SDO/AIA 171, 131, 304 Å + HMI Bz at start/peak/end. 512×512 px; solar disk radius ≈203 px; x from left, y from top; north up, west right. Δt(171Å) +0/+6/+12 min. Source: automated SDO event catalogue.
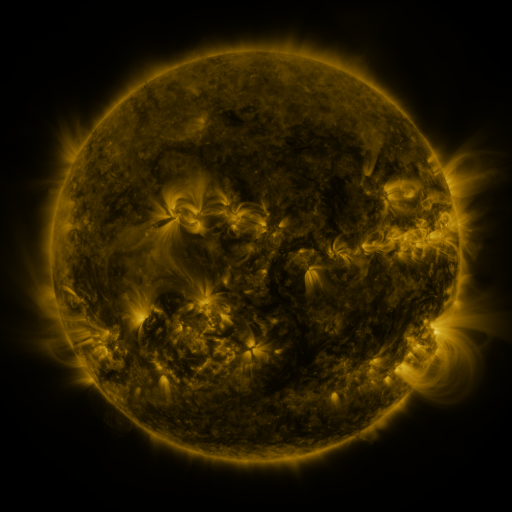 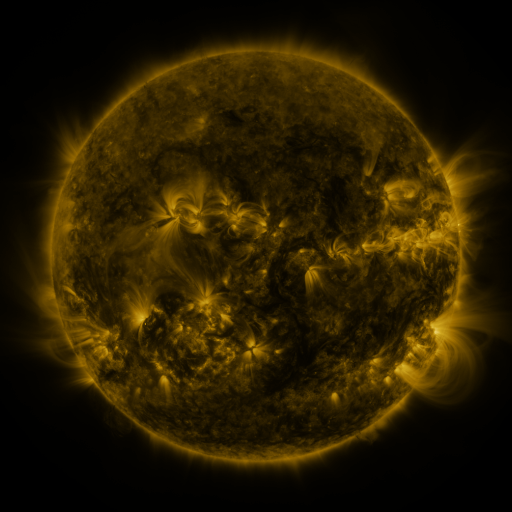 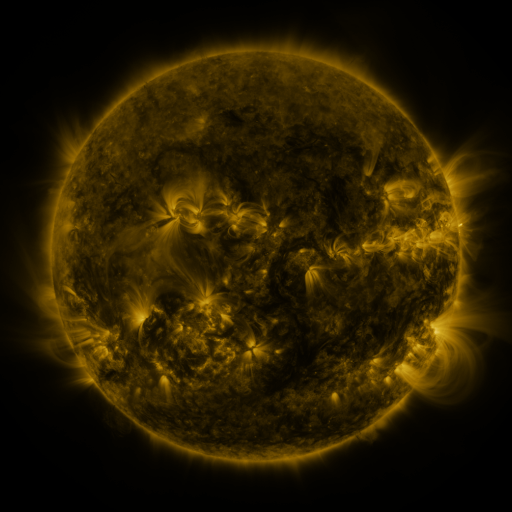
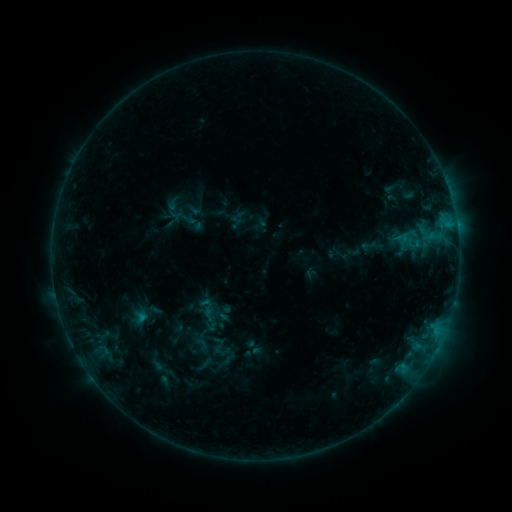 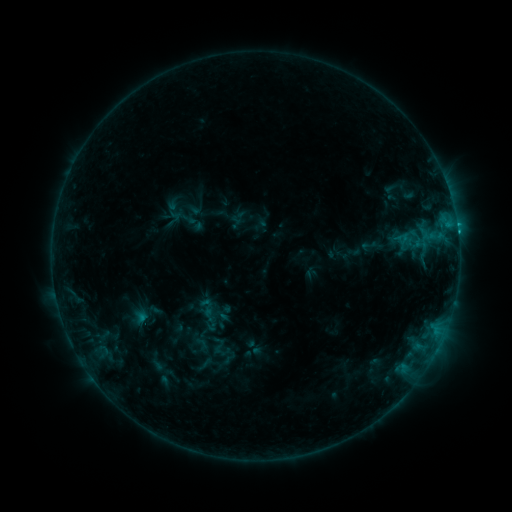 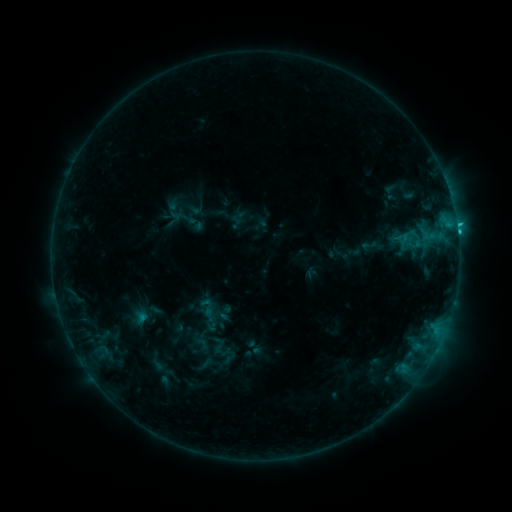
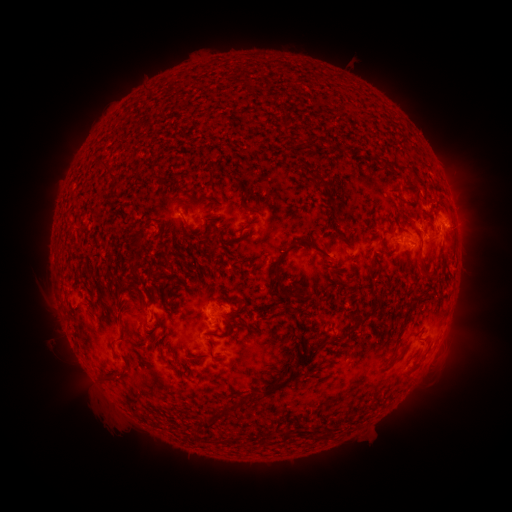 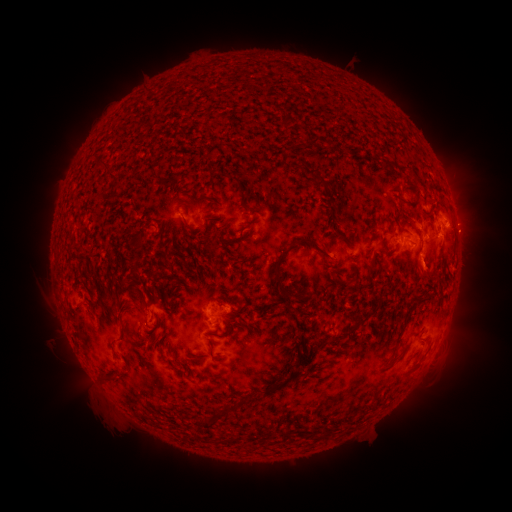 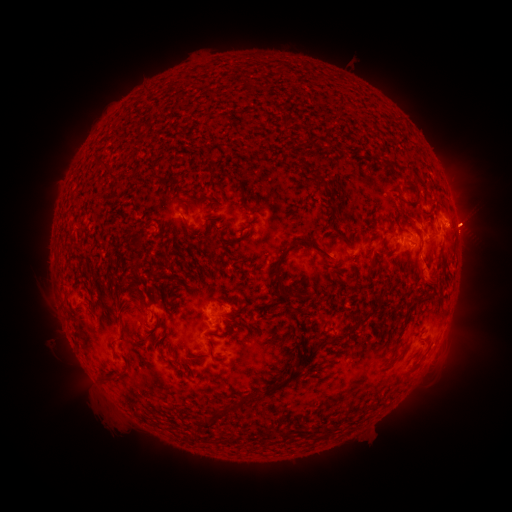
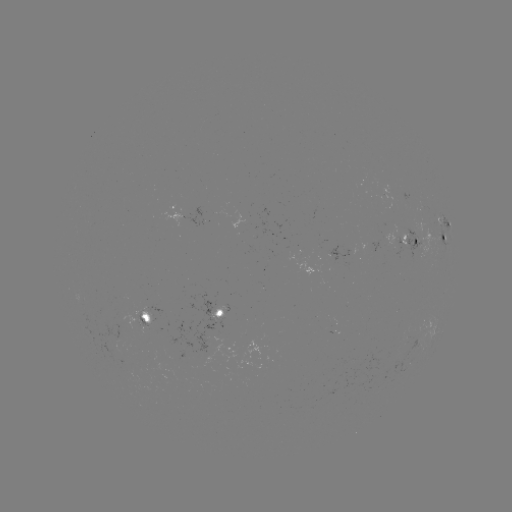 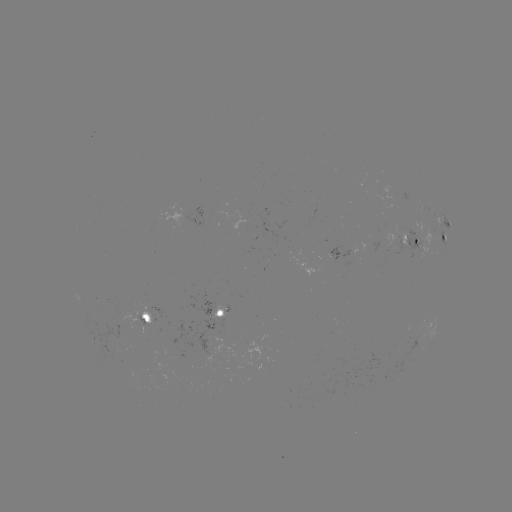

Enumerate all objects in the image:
C1.6 flare: (458, 235)
